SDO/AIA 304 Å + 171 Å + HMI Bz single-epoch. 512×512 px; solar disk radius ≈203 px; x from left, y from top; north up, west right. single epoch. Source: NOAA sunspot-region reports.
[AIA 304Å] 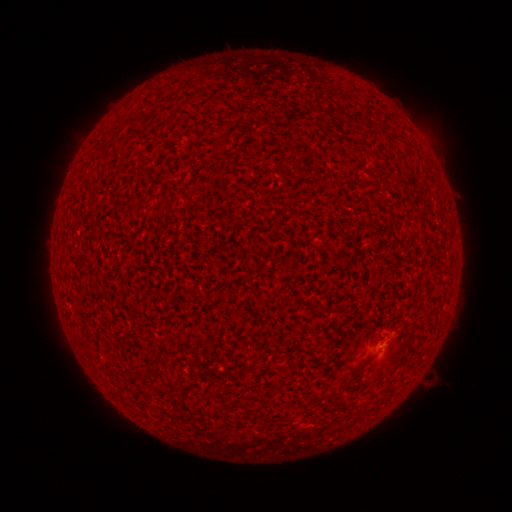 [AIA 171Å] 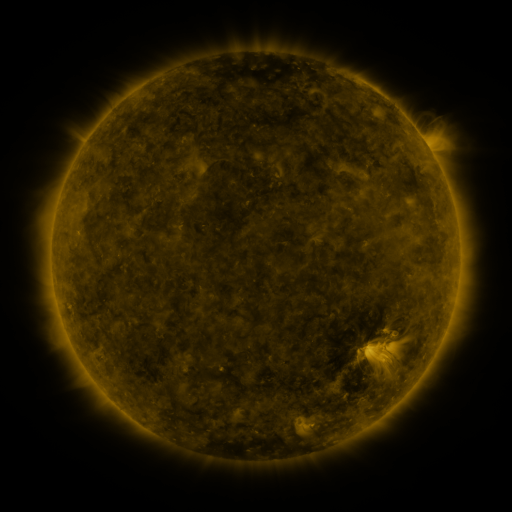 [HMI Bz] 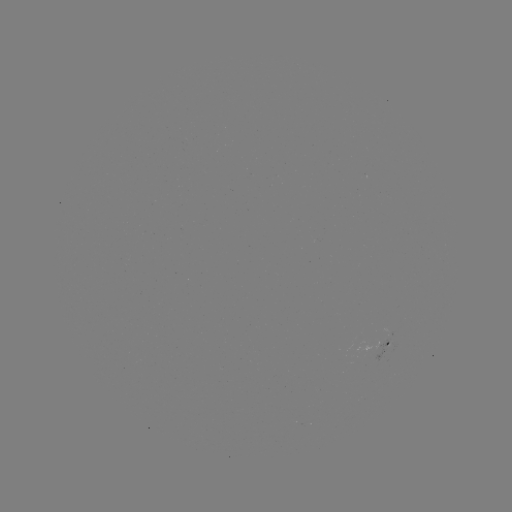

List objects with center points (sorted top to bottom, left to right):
(none)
